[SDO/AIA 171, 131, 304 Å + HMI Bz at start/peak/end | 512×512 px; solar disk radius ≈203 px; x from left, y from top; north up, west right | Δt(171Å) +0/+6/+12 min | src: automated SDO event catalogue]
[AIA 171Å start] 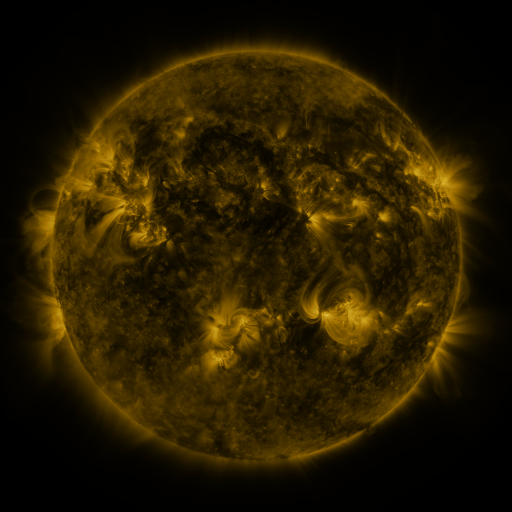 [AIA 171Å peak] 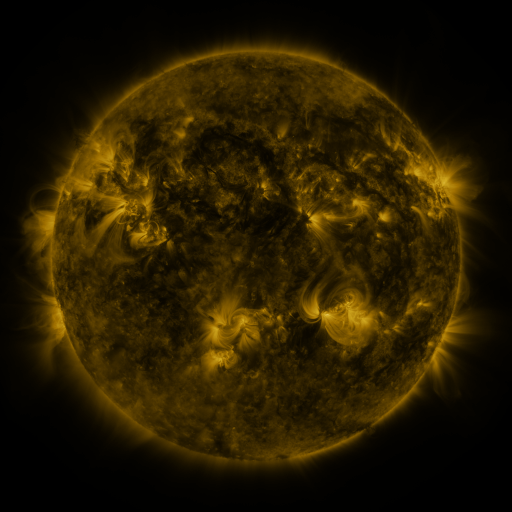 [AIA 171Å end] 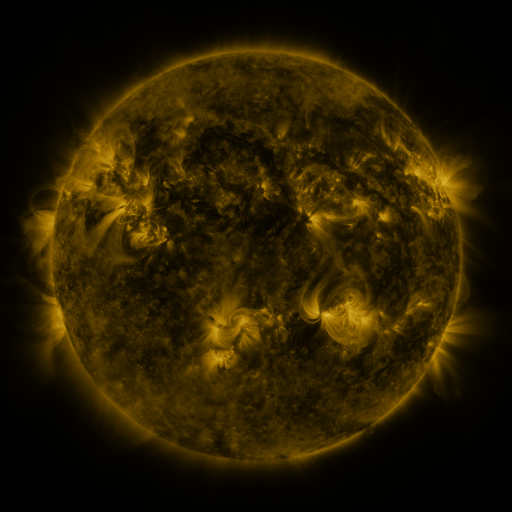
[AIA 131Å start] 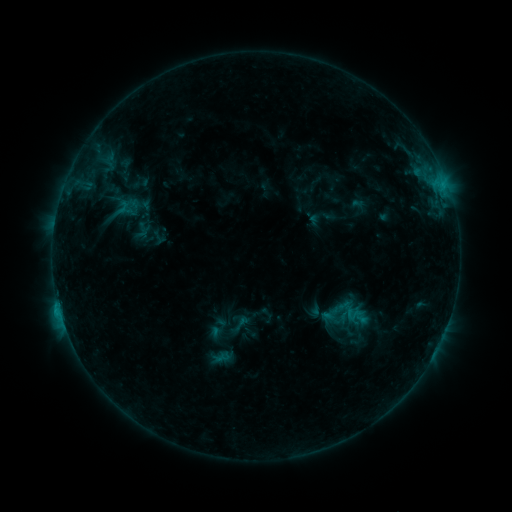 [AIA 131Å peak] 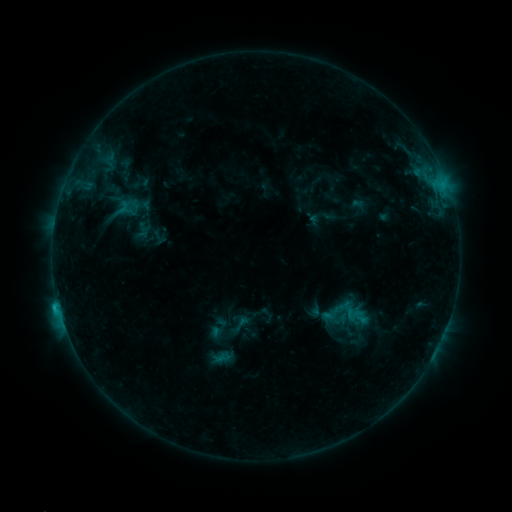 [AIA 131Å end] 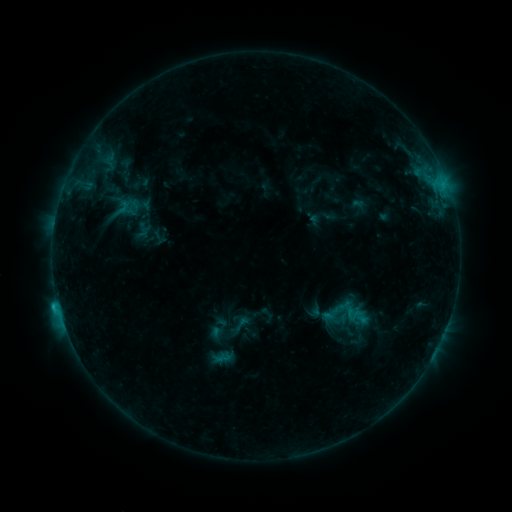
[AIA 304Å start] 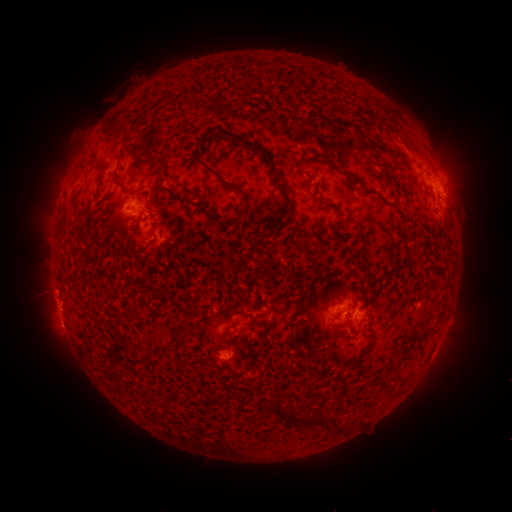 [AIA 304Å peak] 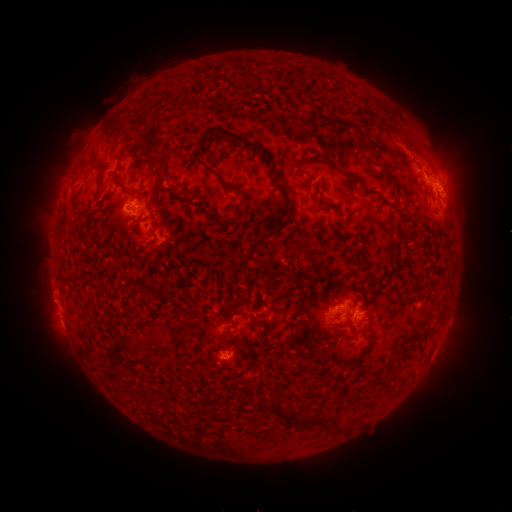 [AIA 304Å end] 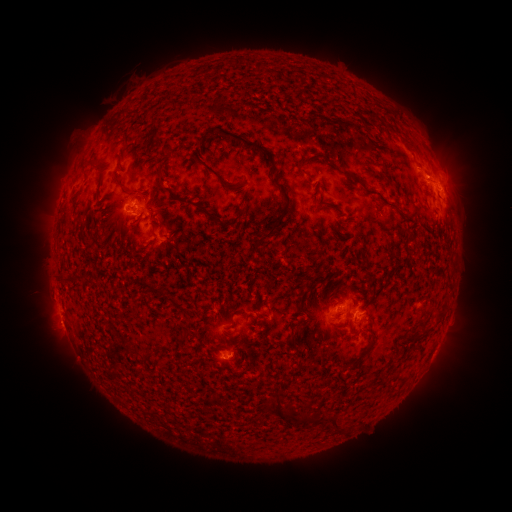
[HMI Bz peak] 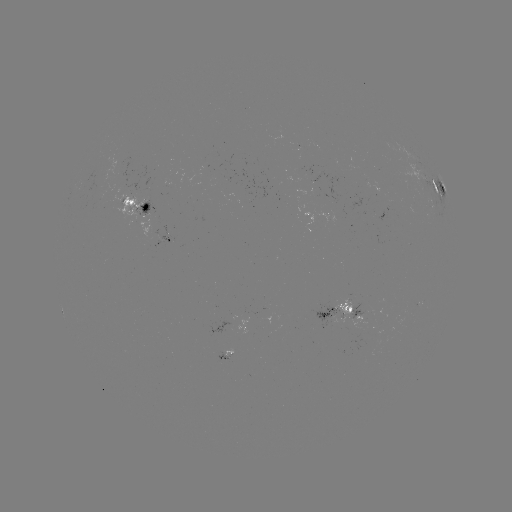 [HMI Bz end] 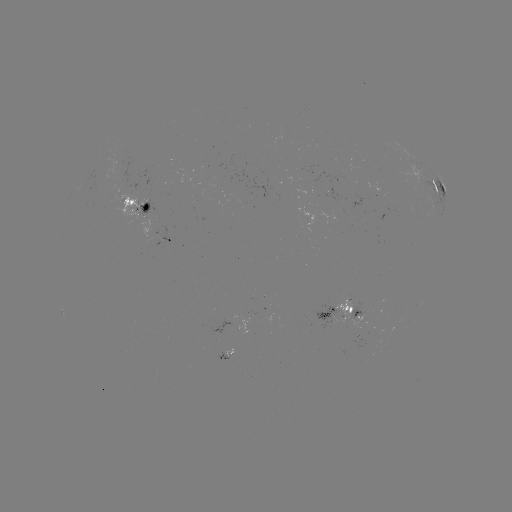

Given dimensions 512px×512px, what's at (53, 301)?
eruption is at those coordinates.